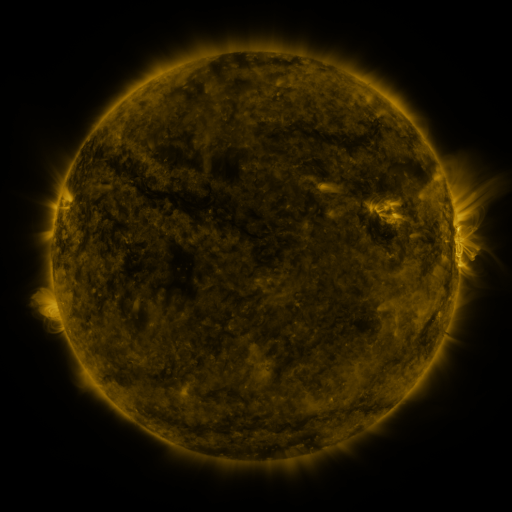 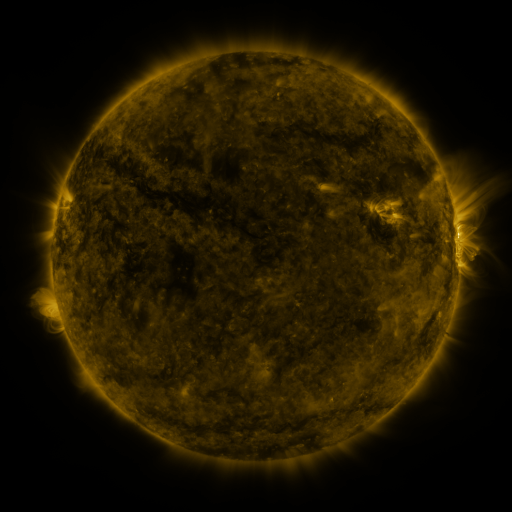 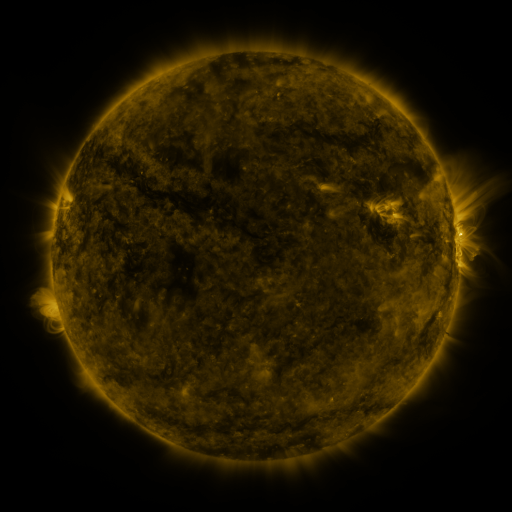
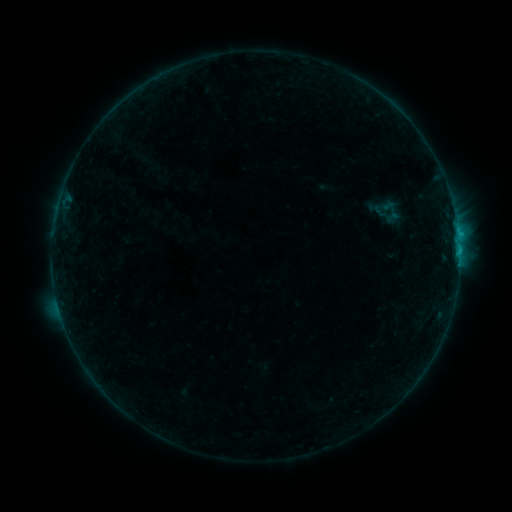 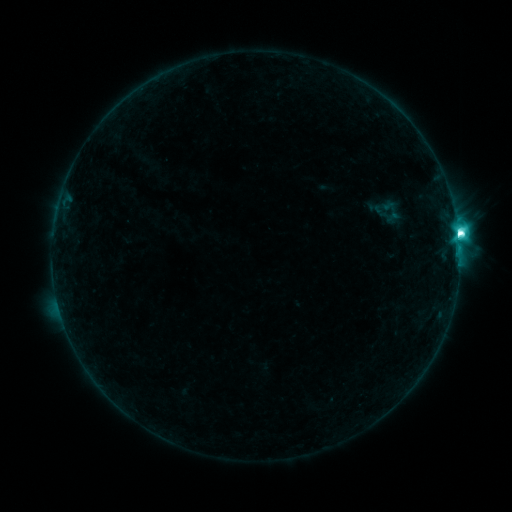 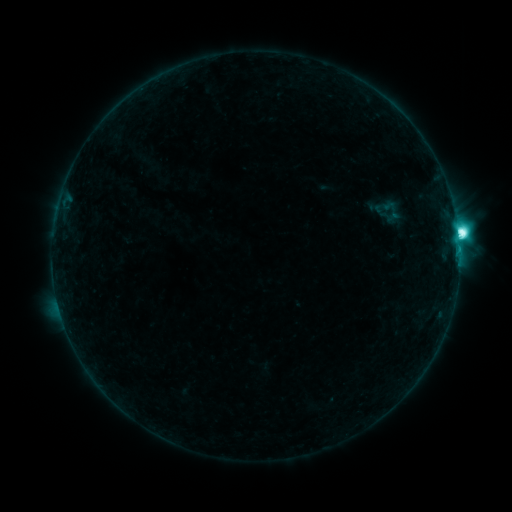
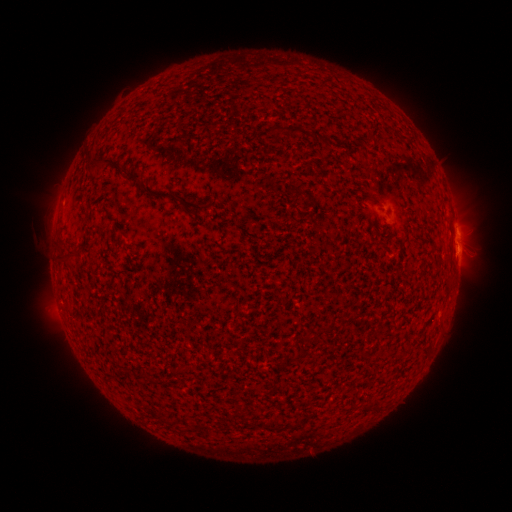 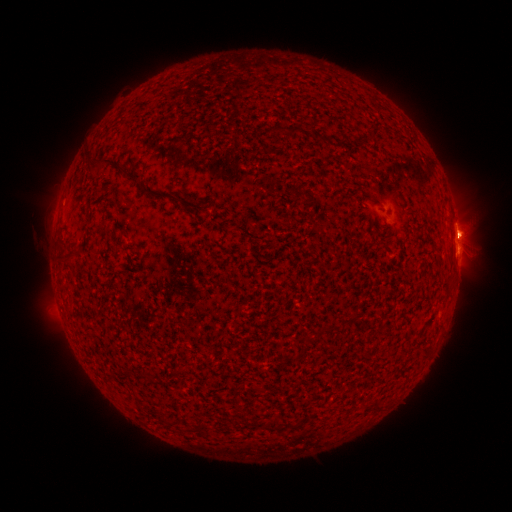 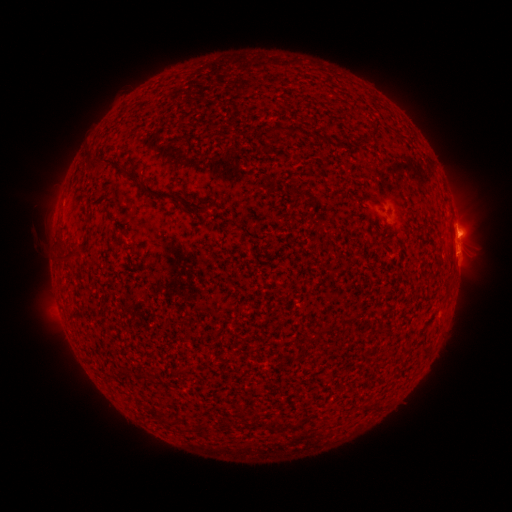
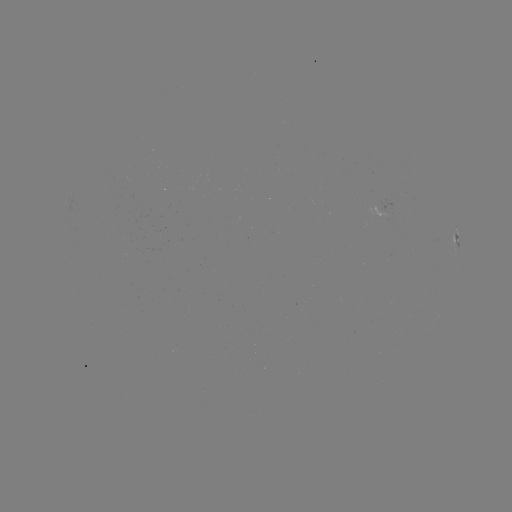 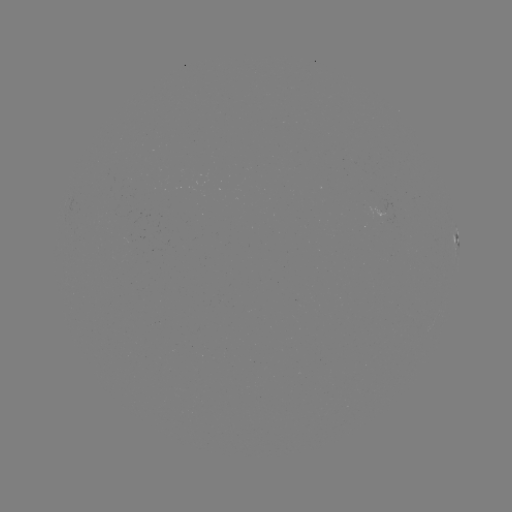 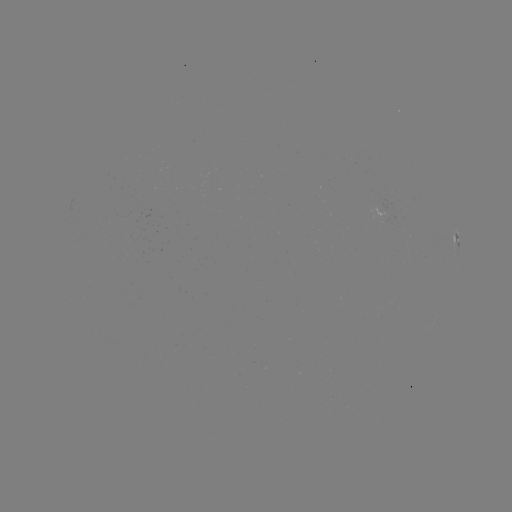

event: flare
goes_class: M2.0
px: (458, 235)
